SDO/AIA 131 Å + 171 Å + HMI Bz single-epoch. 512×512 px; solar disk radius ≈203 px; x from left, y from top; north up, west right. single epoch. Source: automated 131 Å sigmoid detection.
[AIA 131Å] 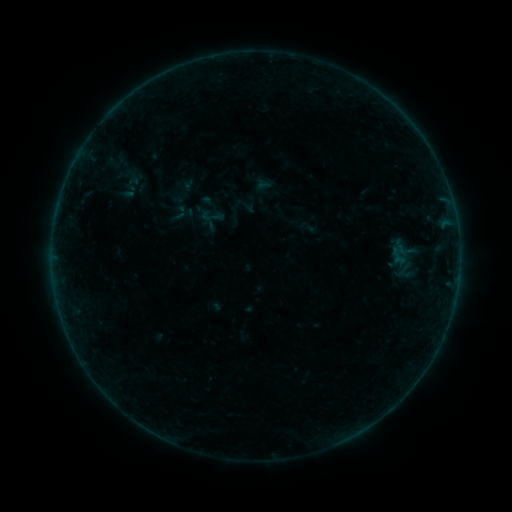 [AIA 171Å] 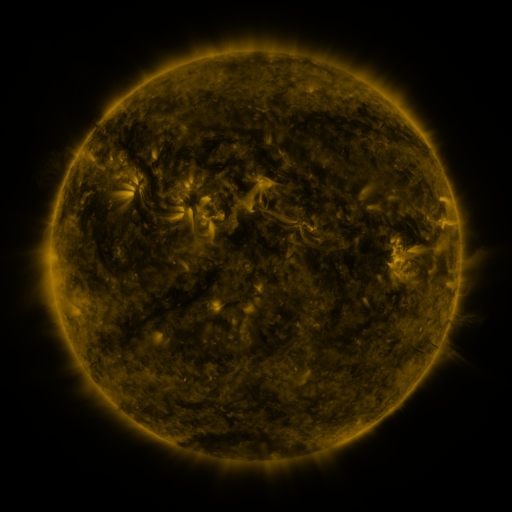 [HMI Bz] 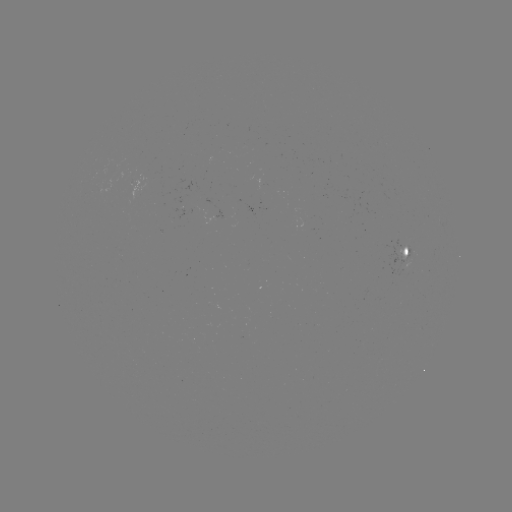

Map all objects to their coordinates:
sigmoid: [117, 167, 145, 195]
sigmoid: [200, 204, 225, 228]
